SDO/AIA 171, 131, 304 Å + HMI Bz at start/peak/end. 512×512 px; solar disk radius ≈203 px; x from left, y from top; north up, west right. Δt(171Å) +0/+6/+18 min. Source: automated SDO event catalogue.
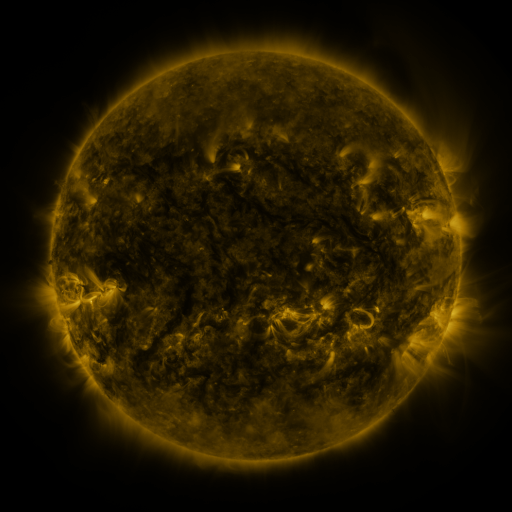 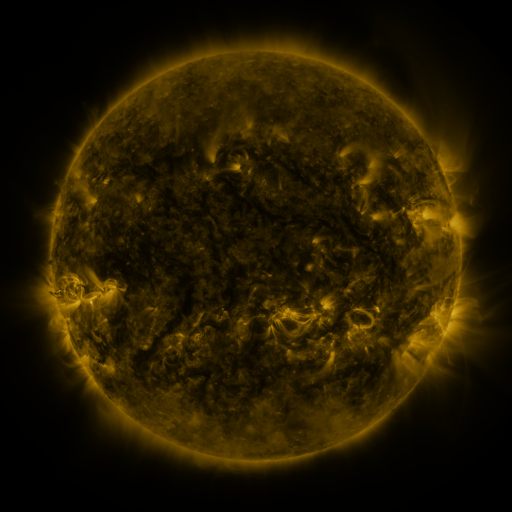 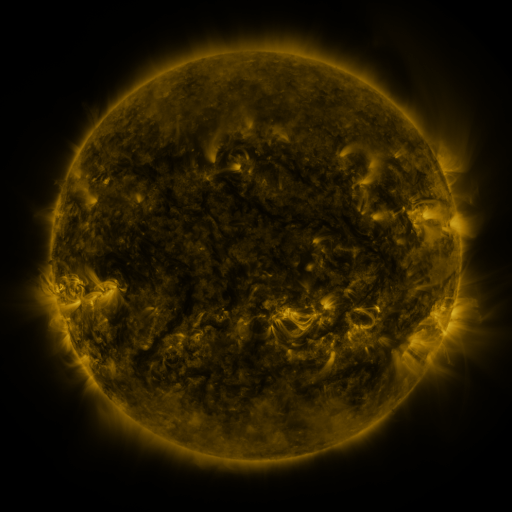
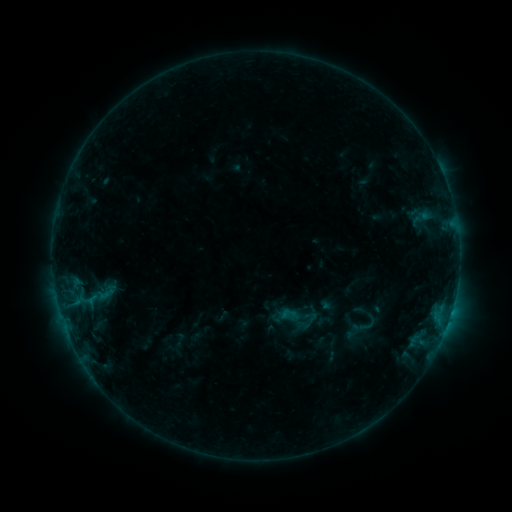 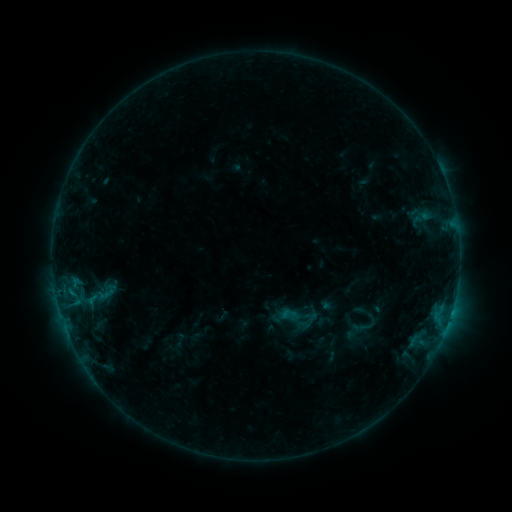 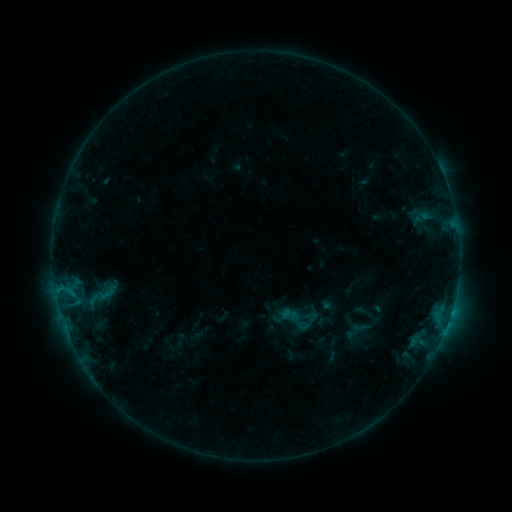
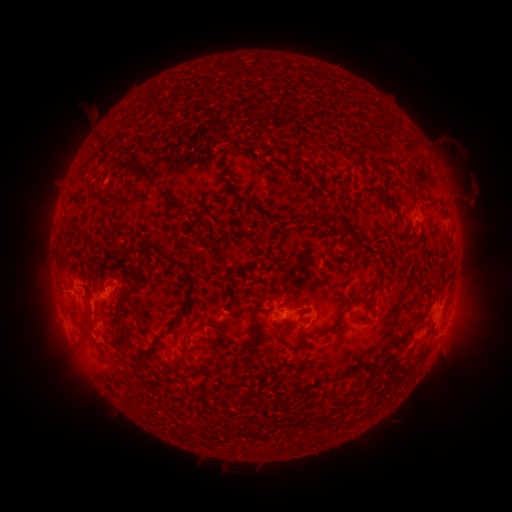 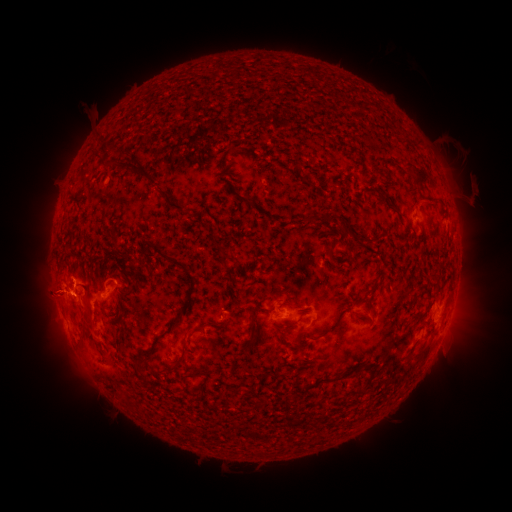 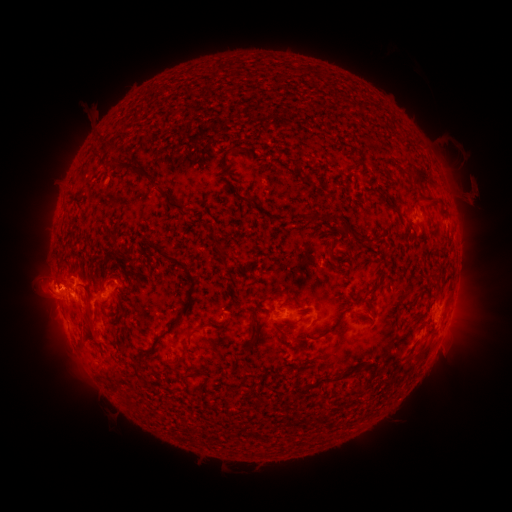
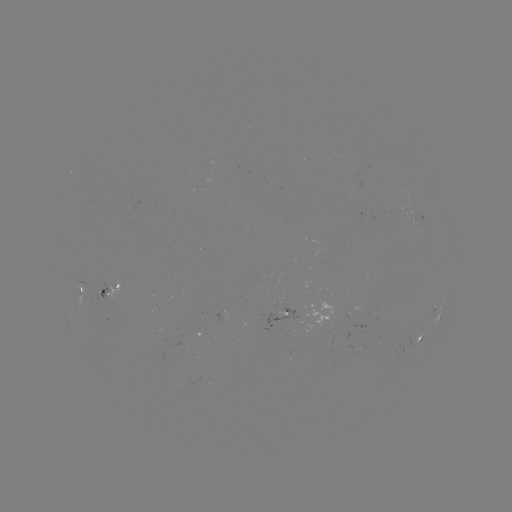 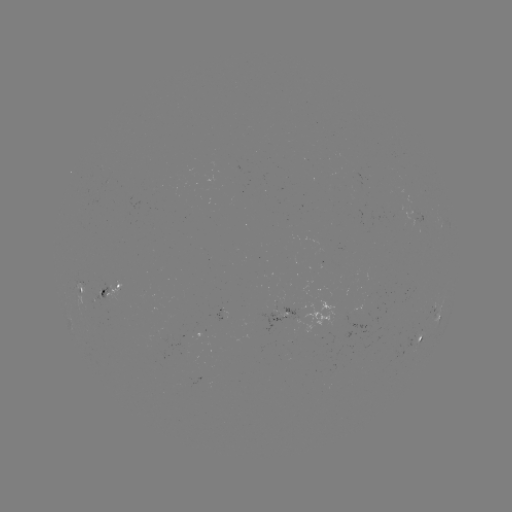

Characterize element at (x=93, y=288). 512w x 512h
eruption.